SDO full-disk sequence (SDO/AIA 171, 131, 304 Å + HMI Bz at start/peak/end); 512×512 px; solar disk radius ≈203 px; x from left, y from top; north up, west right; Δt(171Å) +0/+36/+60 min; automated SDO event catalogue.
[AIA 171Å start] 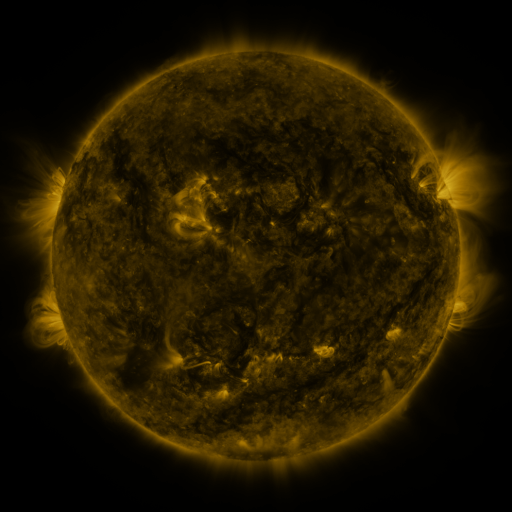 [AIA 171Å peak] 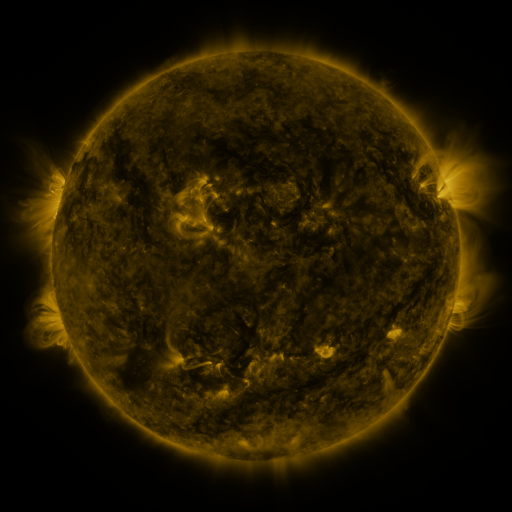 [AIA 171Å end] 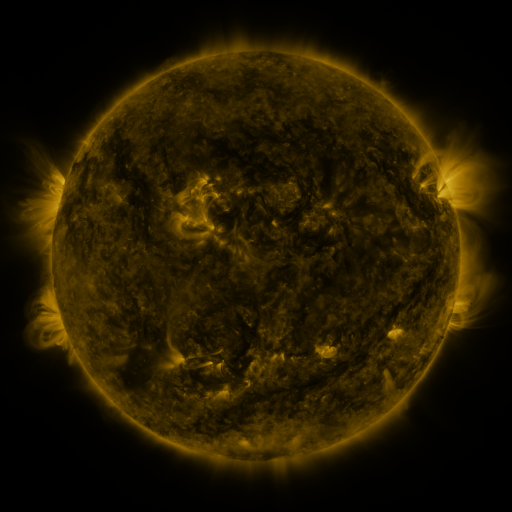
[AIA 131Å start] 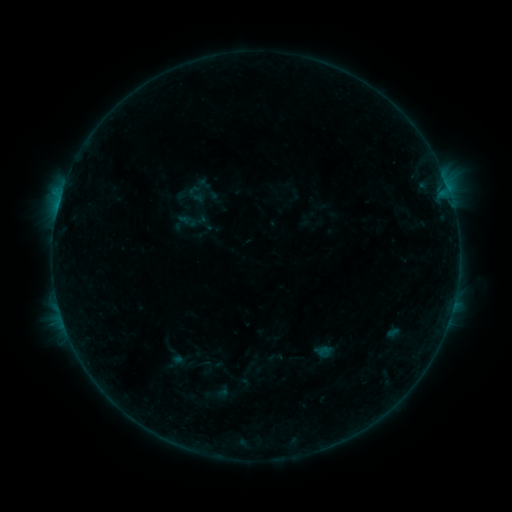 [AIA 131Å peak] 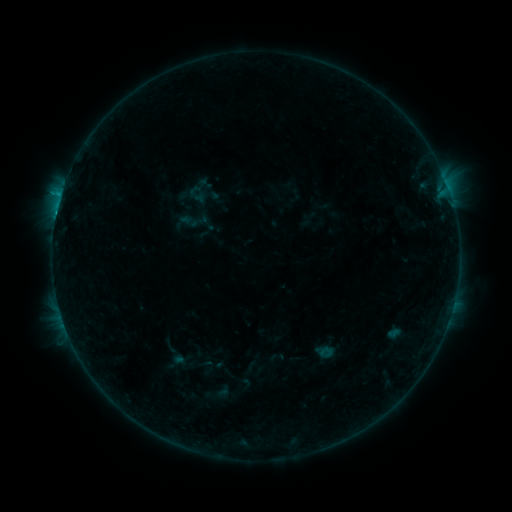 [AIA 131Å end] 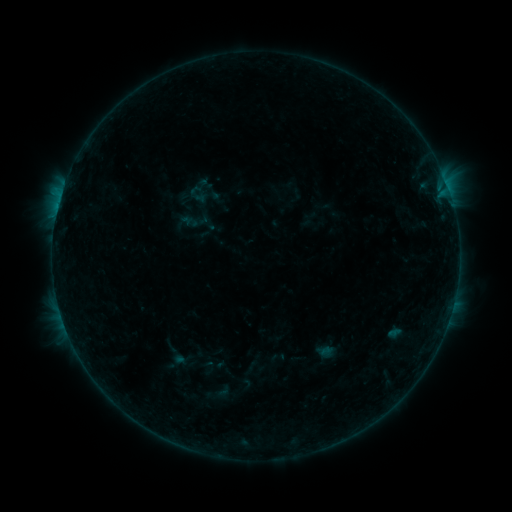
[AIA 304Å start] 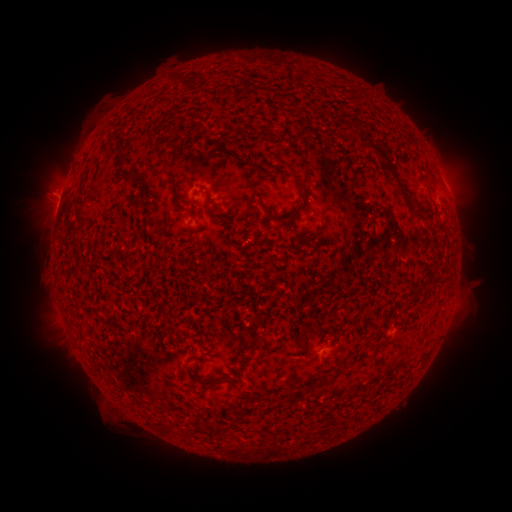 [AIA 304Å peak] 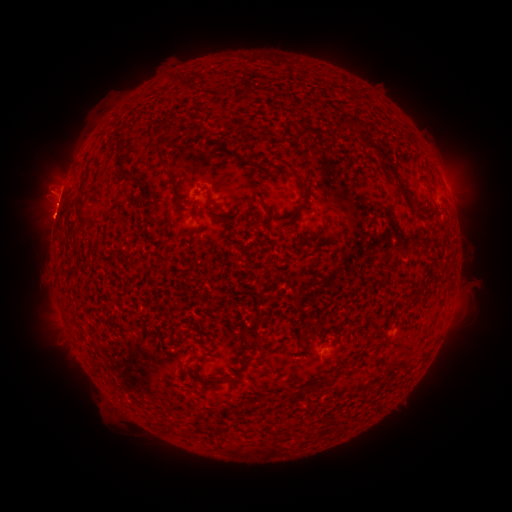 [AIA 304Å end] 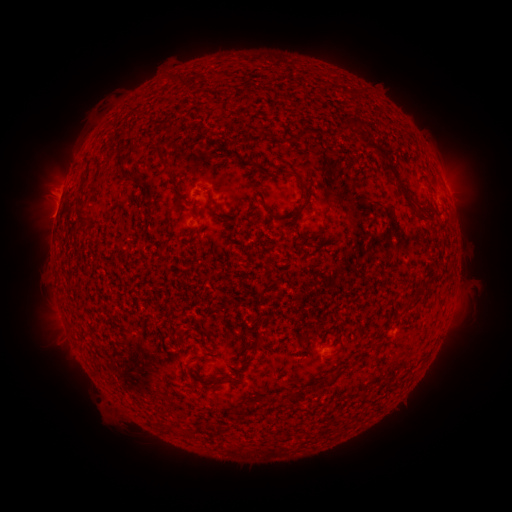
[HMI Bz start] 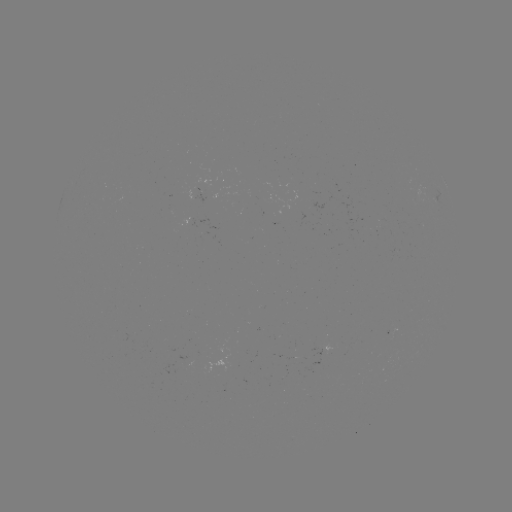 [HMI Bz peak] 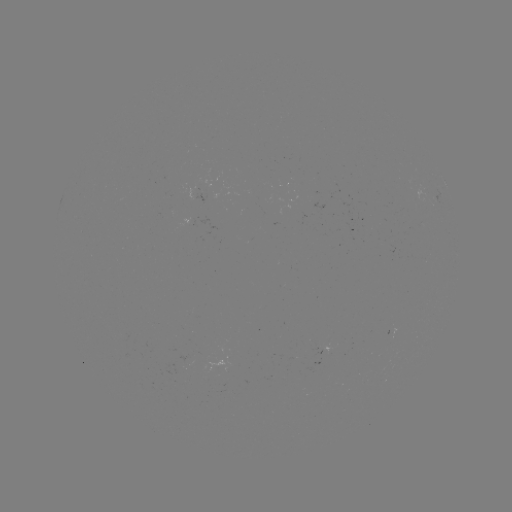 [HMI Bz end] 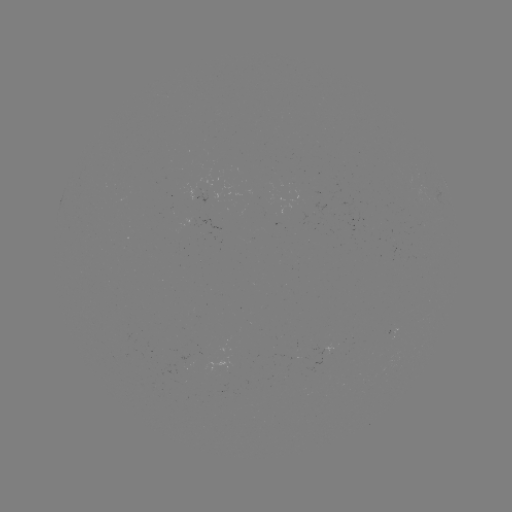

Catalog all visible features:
B6.8 flare: (62, 194)
